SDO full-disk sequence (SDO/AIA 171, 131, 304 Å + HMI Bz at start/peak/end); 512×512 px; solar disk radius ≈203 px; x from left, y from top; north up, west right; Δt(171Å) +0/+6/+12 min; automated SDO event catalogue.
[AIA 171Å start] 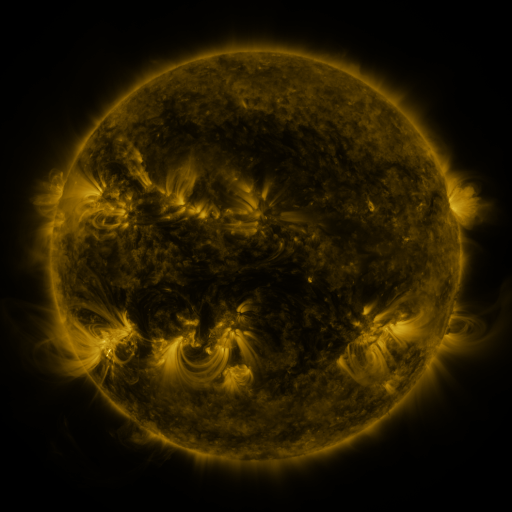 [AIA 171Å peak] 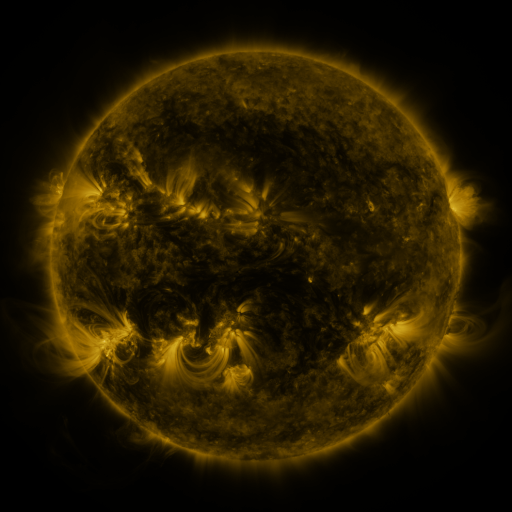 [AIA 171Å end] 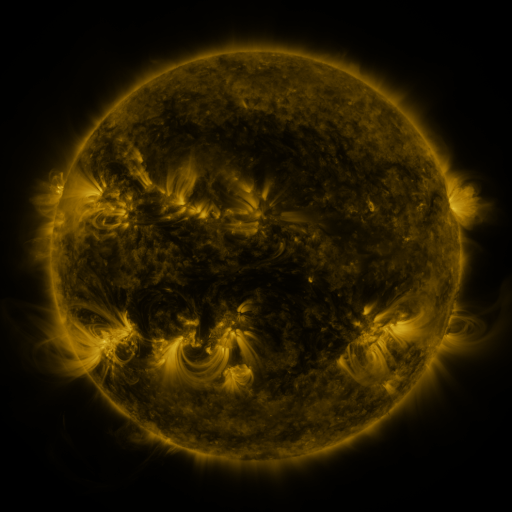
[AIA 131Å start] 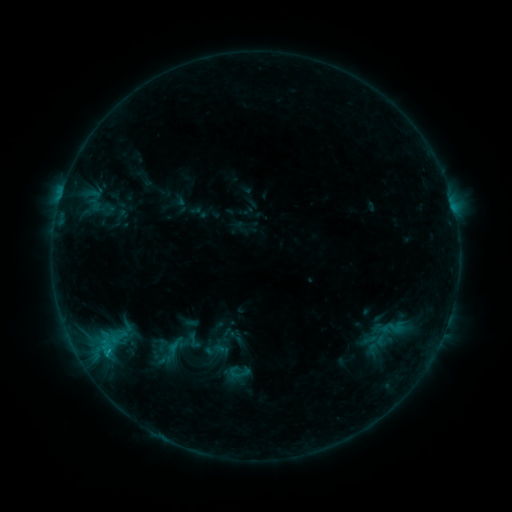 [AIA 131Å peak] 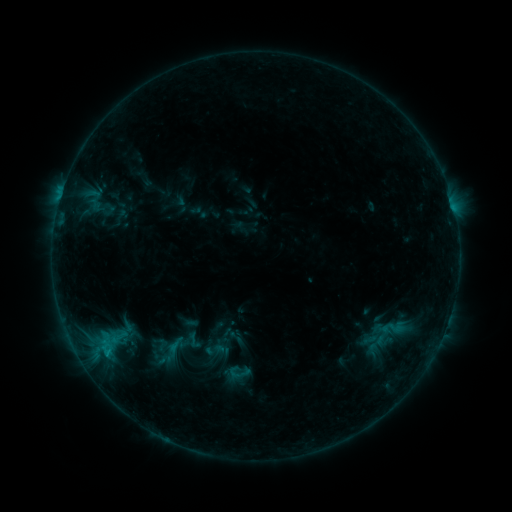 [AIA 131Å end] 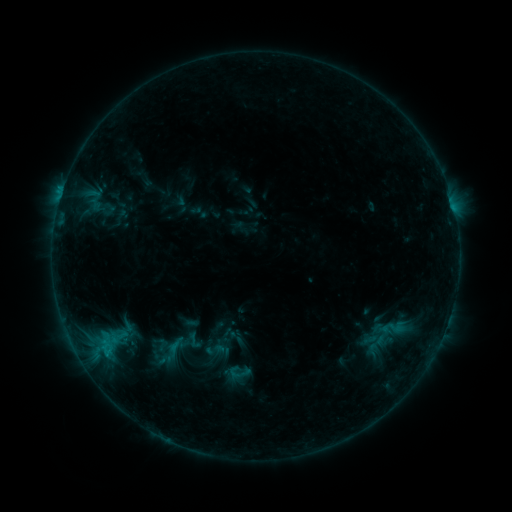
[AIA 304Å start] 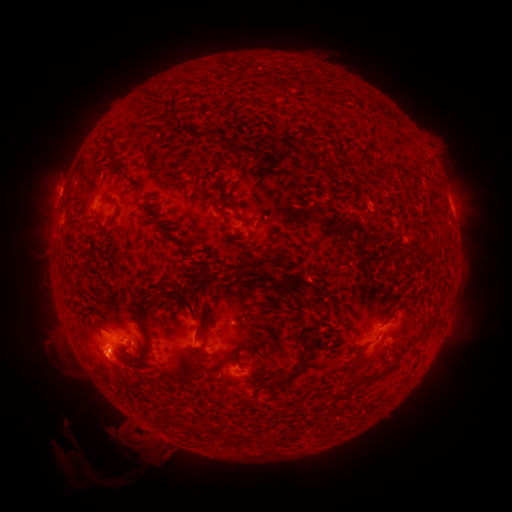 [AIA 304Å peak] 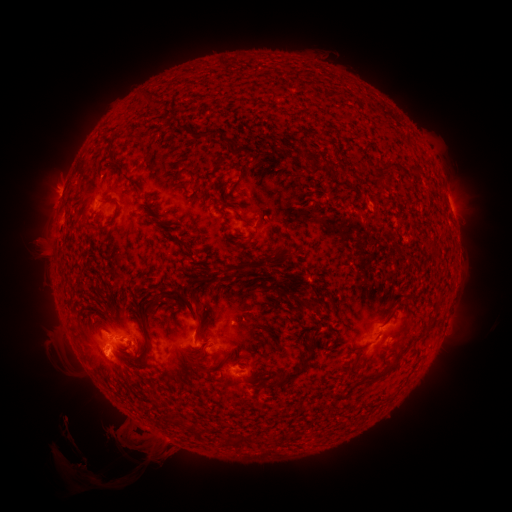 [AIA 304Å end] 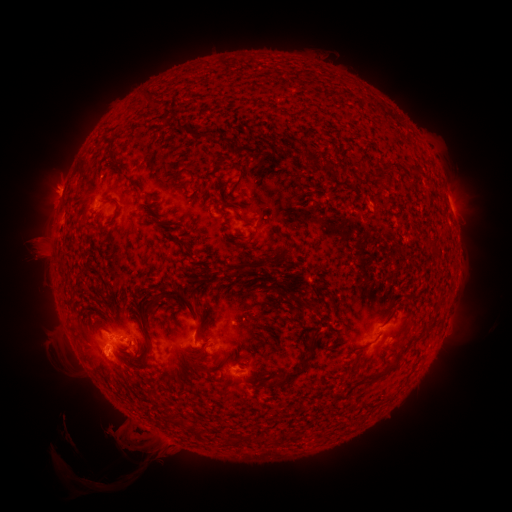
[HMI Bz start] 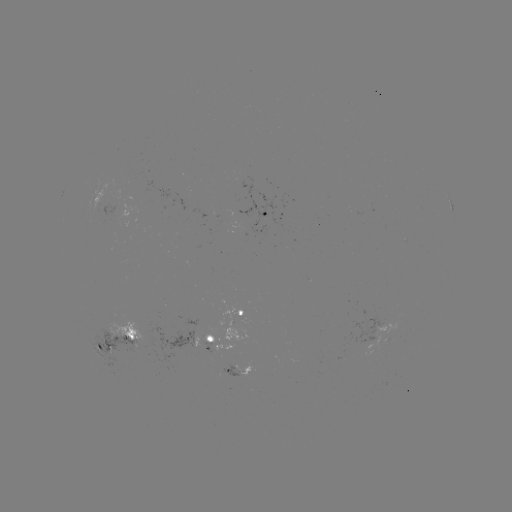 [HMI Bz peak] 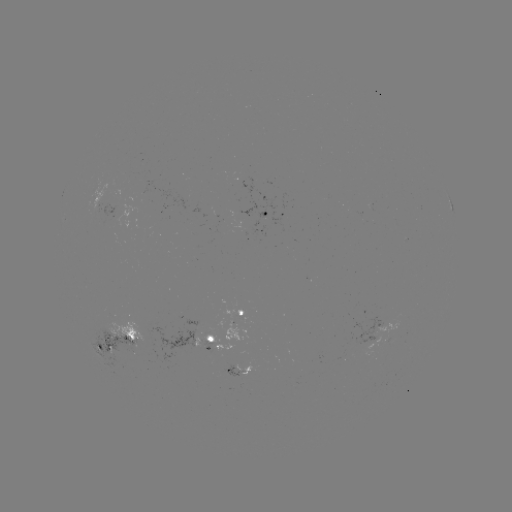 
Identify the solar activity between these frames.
eruption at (81, 465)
